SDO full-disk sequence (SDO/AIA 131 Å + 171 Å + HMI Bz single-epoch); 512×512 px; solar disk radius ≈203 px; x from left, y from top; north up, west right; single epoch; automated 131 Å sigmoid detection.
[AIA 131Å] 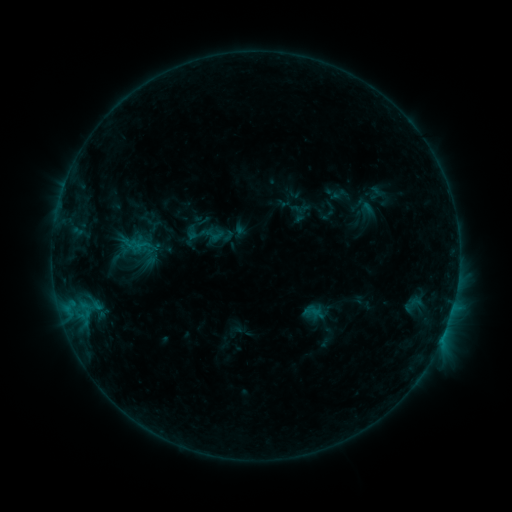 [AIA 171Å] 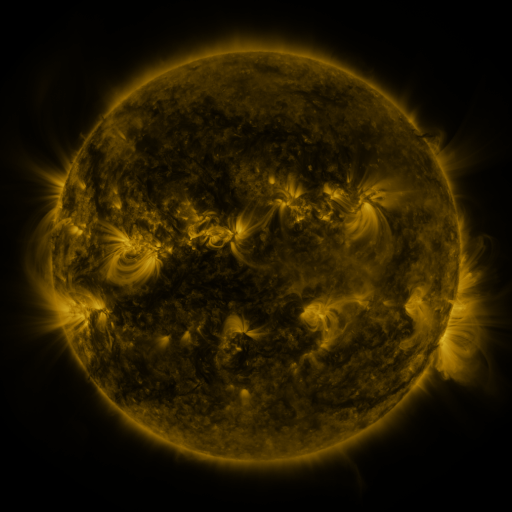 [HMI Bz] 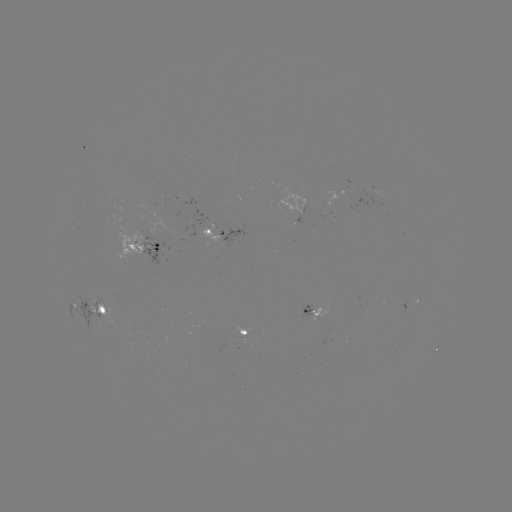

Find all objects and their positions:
sigmoid: (205, 234)
sigmoid: (410, 305)
